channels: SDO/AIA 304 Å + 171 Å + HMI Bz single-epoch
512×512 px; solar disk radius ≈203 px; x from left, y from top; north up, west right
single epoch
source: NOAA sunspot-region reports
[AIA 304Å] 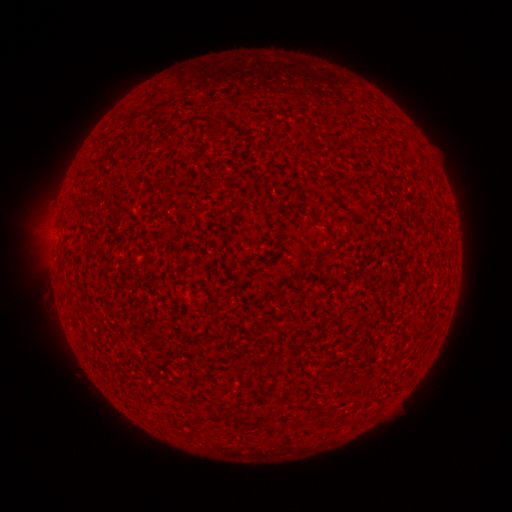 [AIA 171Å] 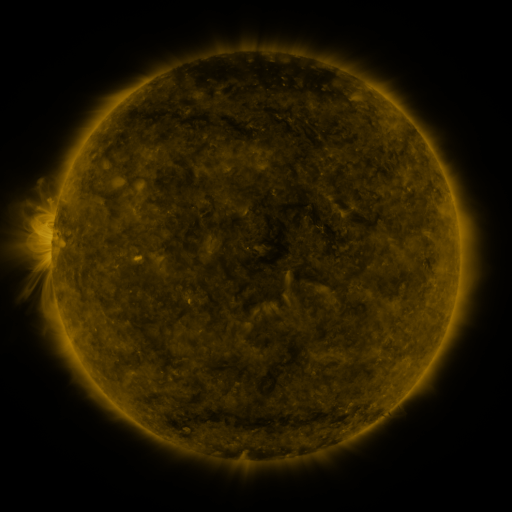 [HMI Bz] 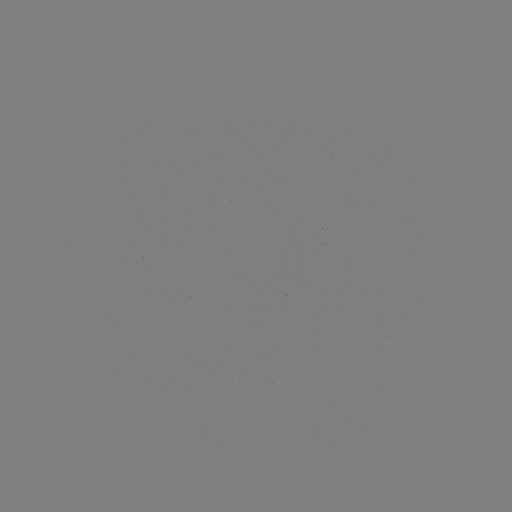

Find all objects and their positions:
(none)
